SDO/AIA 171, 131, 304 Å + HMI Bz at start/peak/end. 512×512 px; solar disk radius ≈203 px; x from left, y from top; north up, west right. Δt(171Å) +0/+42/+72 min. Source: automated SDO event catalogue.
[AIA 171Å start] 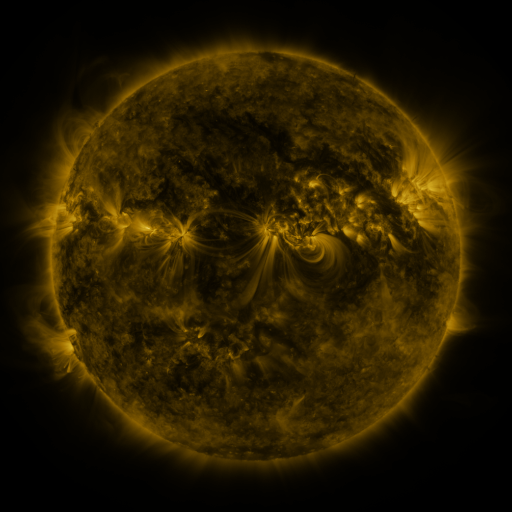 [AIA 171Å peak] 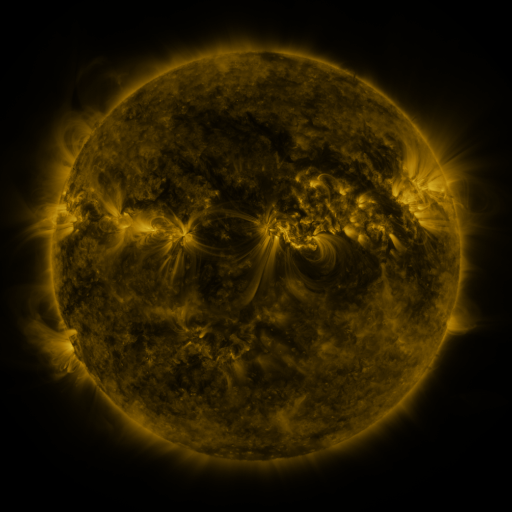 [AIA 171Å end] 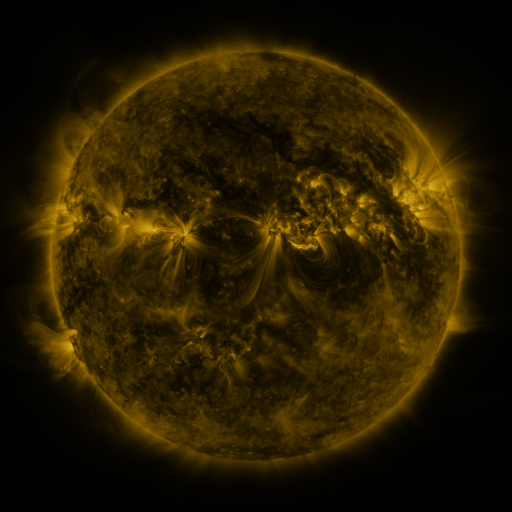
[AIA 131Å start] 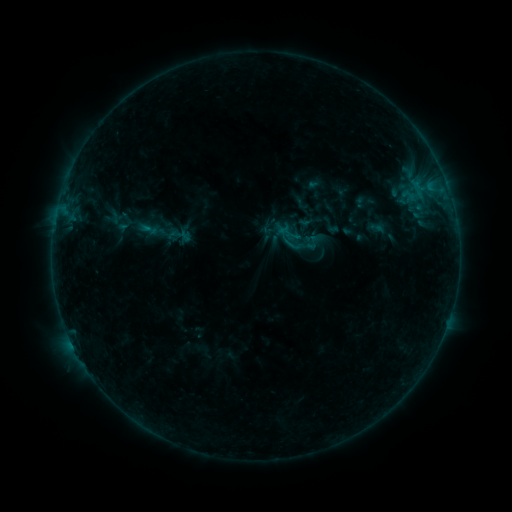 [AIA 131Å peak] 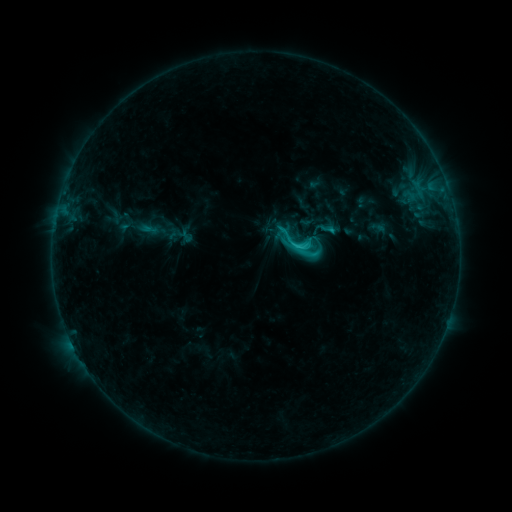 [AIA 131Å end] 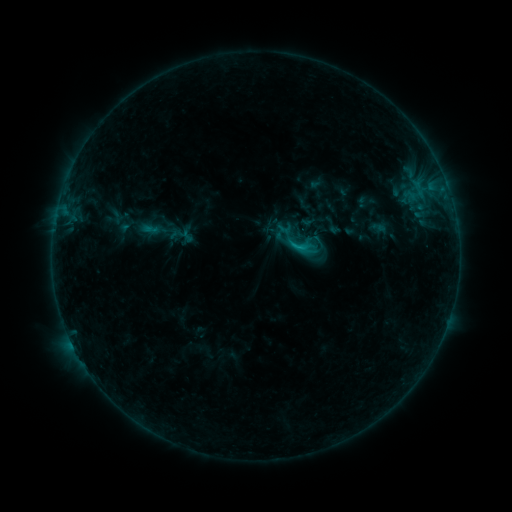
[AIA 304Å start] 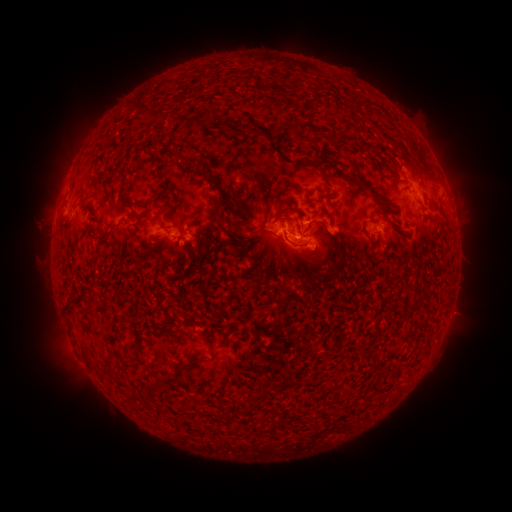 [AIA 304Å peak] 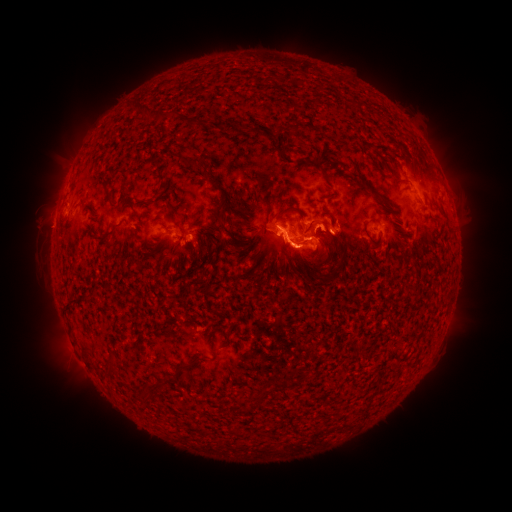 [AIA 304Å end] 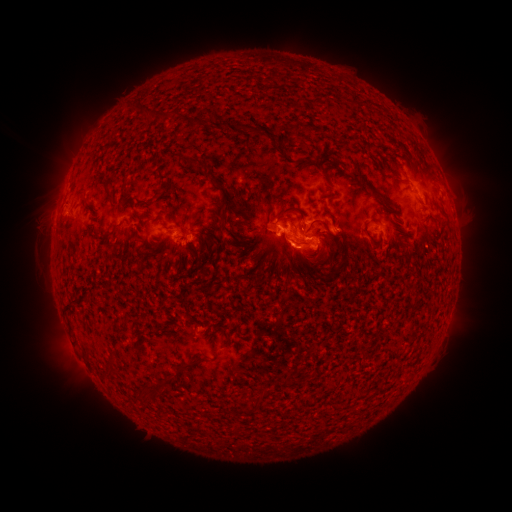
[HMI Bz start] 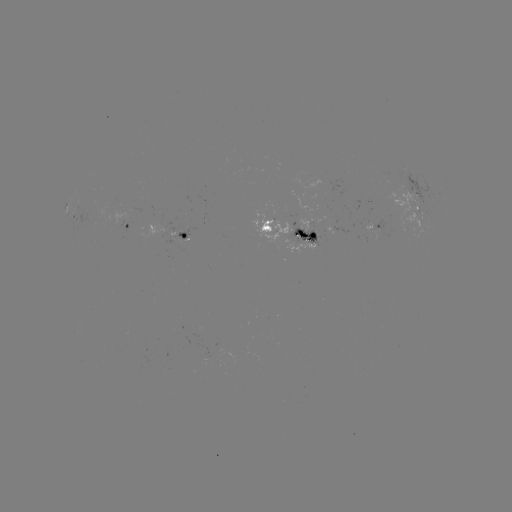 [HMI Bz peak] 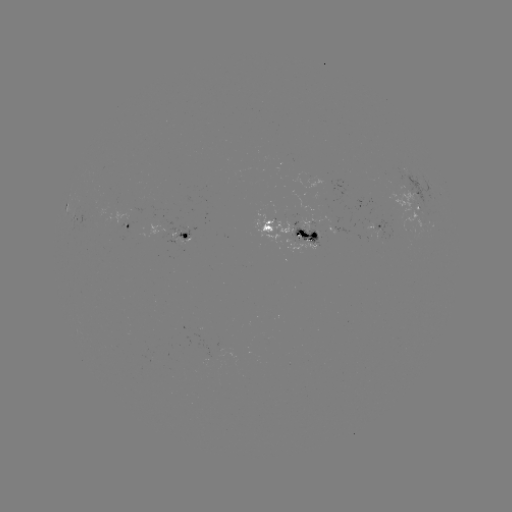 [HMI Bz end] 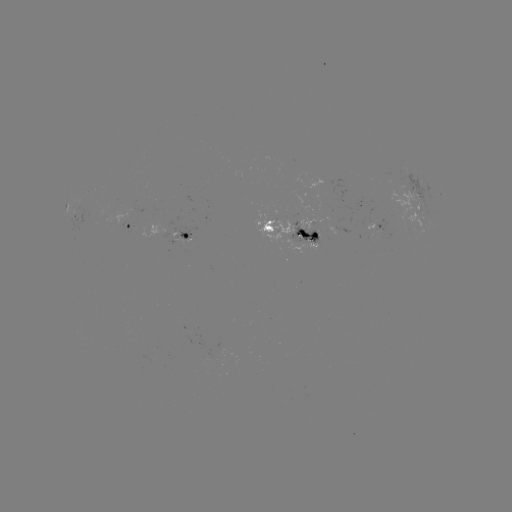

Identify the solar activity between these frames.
C2.7 flare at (297, 247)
